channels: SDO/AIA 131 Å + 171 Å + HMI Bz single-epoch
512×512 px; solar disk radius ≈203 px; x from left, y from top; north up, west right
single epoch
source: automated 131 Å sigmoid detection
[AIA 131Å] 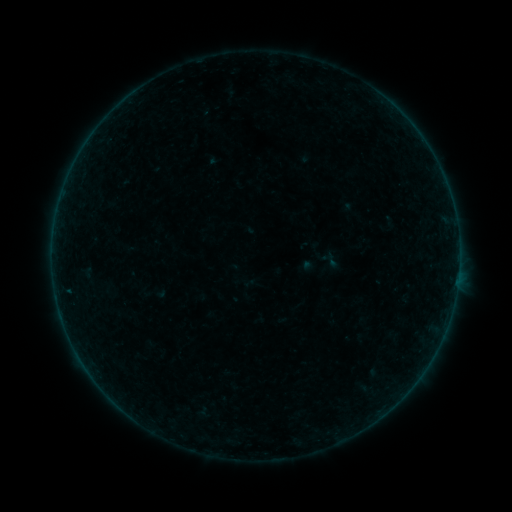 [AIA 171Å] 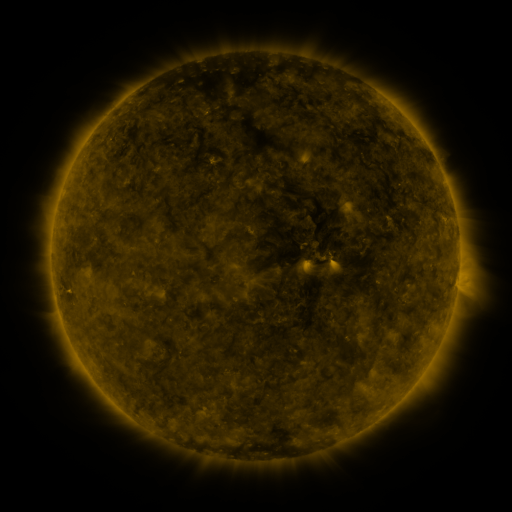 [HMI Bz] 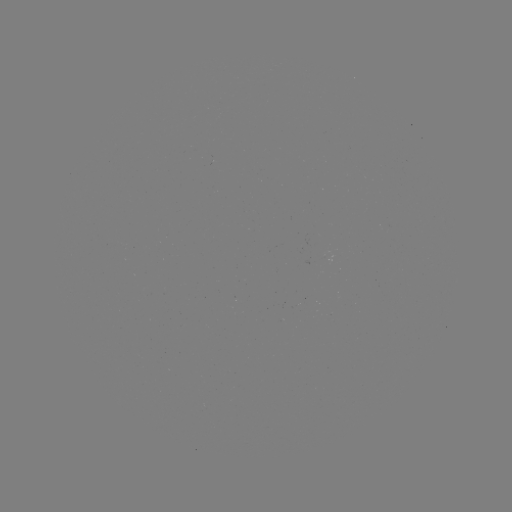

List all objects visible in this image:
sigmoid: <bbox>323, 252, 341, 269</bbox>
